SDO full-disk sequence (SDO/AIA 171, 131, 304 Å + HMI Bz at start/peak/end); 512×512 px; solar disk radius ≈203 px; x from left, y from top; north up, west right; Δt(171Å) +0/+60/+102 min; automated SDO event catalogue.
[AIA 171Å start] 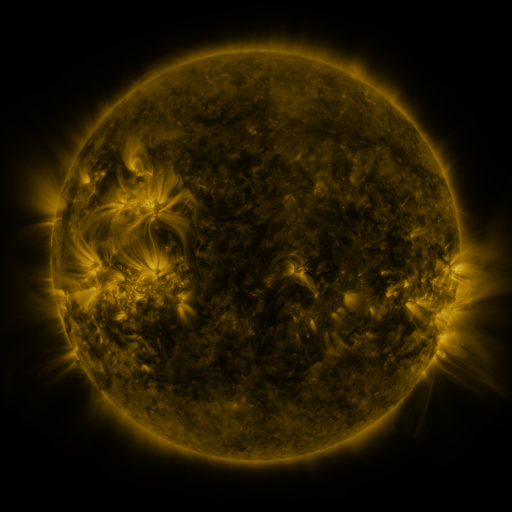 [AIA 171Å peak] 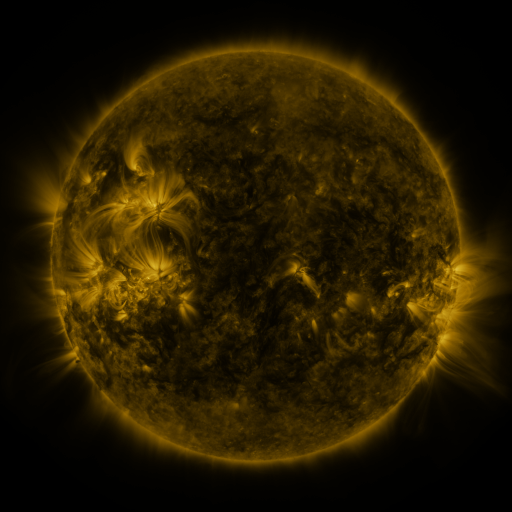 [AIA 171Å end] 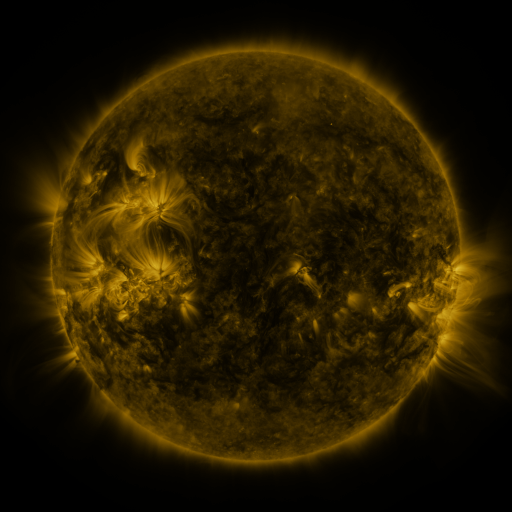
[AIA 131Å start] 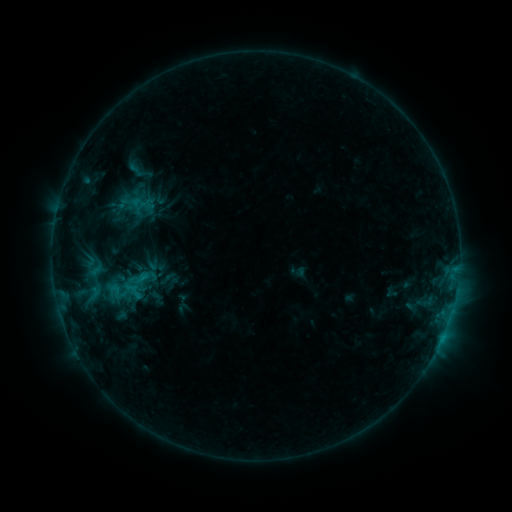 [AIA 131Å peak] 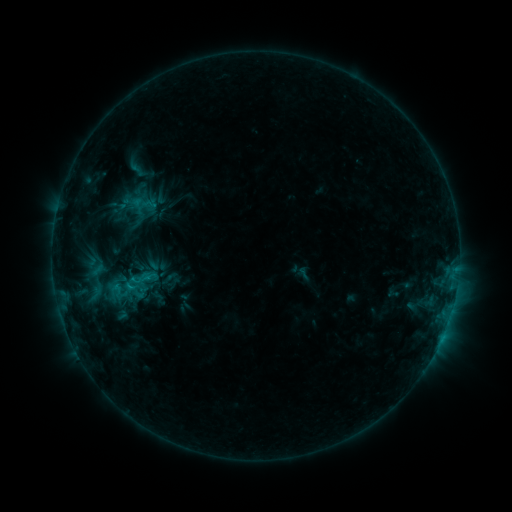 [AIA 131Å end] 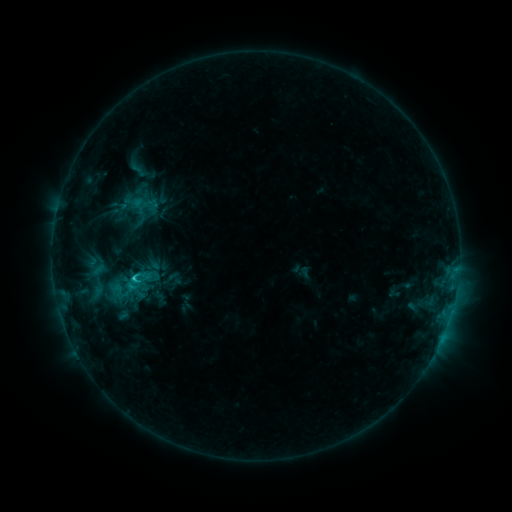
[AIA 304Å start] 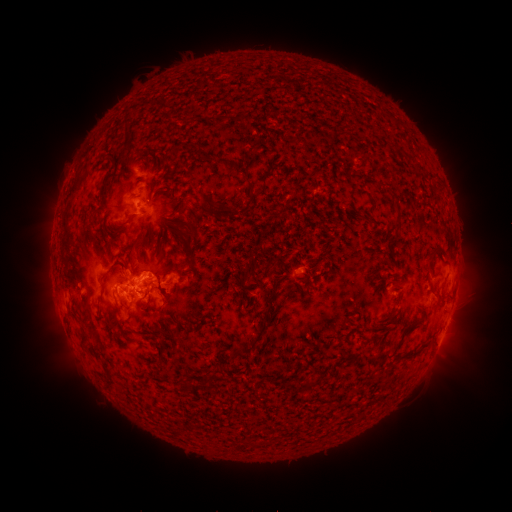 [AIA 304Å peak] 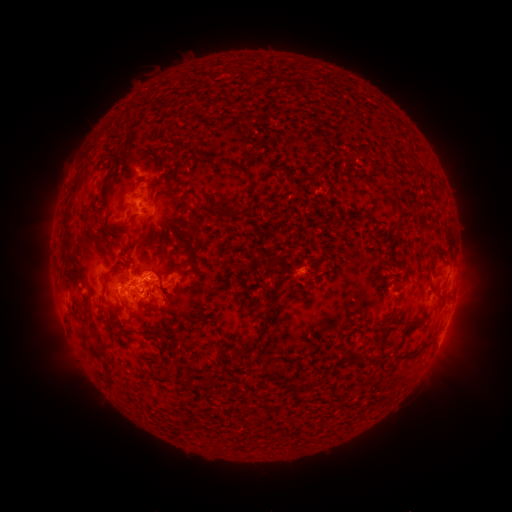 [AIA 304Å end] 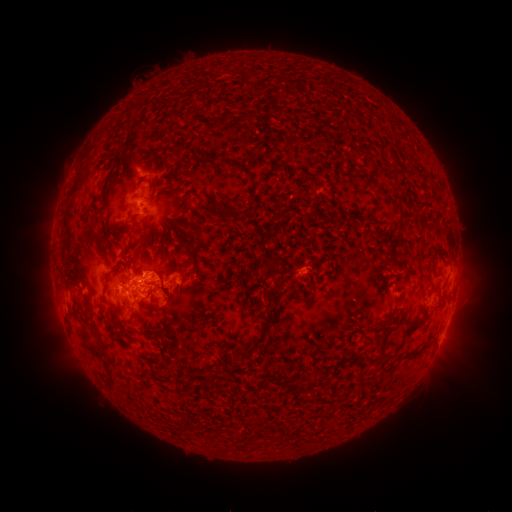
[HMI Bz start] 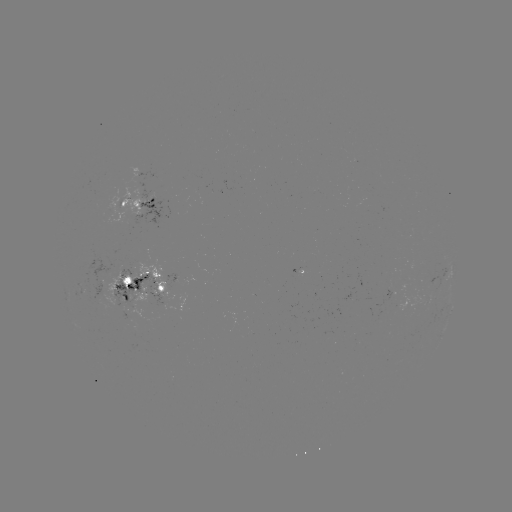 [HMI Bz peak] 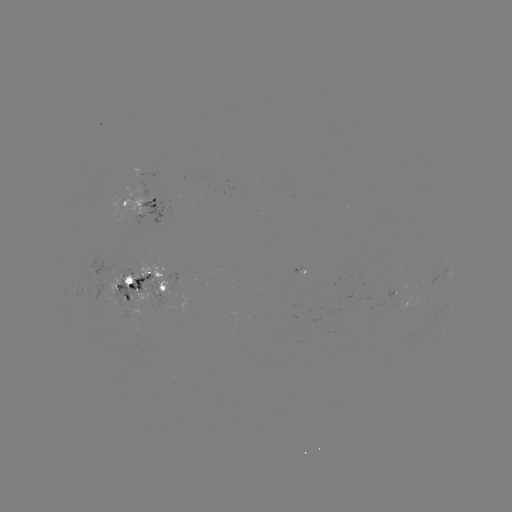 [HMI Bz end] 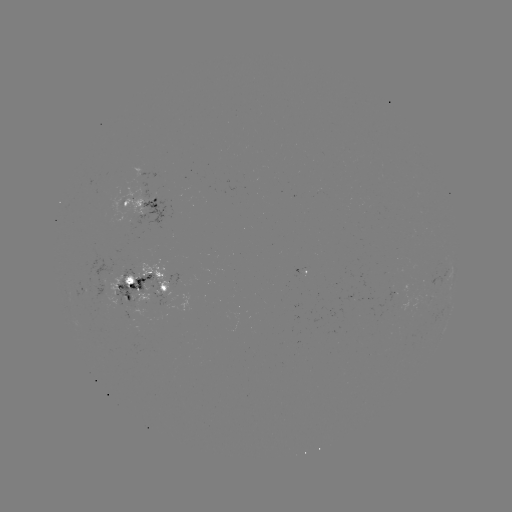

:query emerging-flux region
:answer (151, 299)